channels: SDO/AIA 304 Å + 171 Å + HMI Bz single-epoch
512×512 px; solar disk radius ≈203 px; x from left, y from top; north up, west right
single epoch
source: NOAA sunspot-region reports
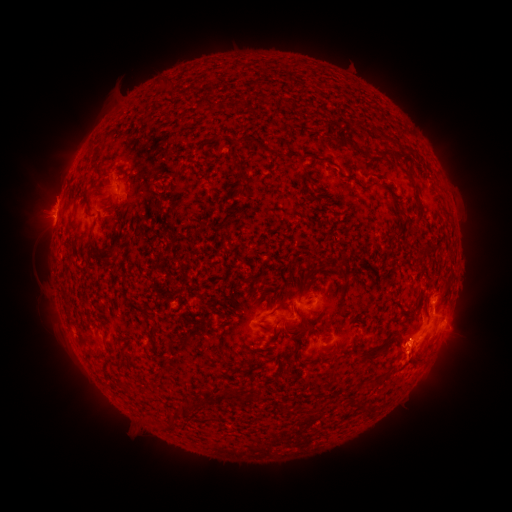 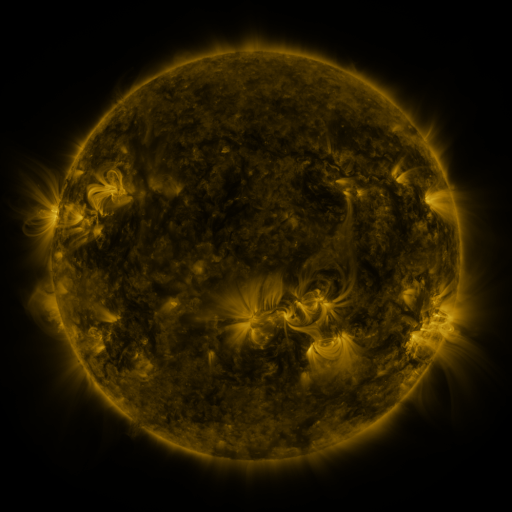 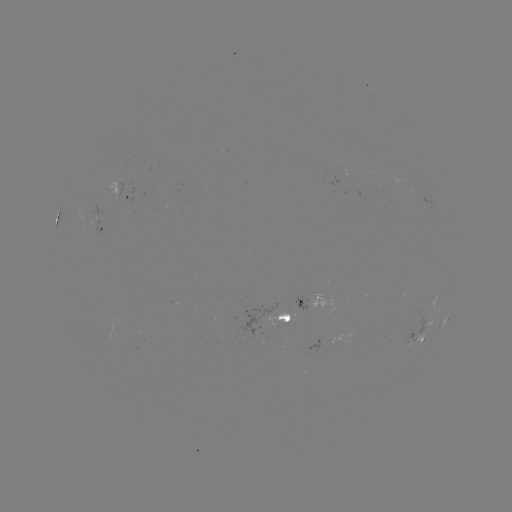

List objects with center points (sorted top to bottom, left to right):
spotted active region: (128, 196)
spotted active region: (103, 226)
spotted active region: (323, 296)
spotted active region: (289, 309)
spotted active region: (443, 323)
spotted active region: (418, 336)
spotted active region: (329, 340)
